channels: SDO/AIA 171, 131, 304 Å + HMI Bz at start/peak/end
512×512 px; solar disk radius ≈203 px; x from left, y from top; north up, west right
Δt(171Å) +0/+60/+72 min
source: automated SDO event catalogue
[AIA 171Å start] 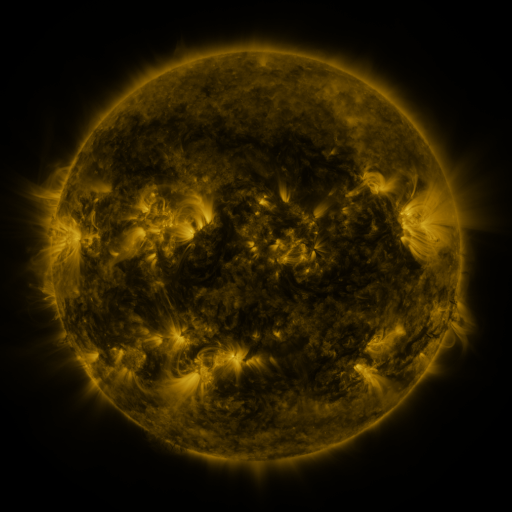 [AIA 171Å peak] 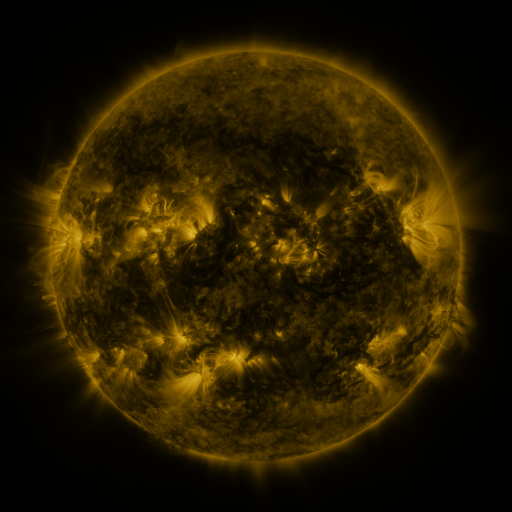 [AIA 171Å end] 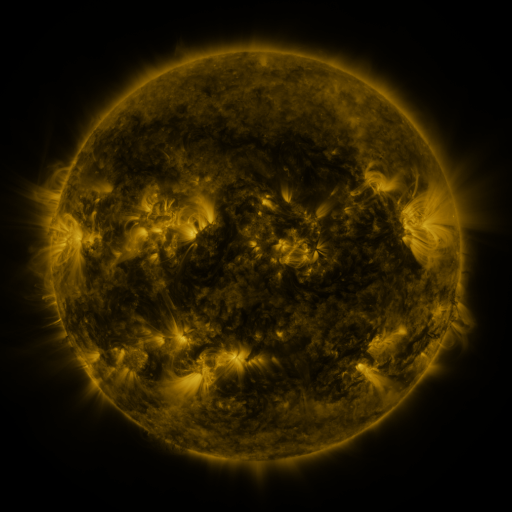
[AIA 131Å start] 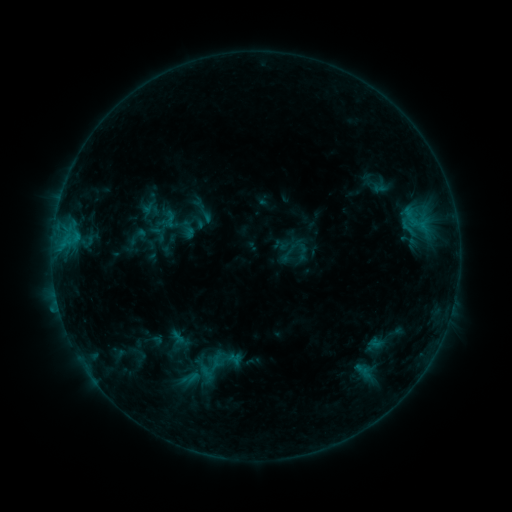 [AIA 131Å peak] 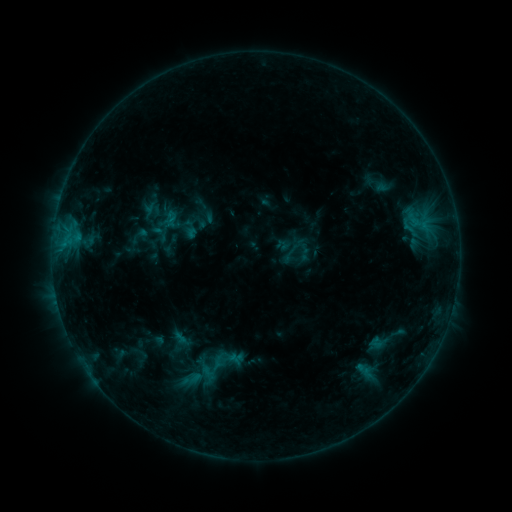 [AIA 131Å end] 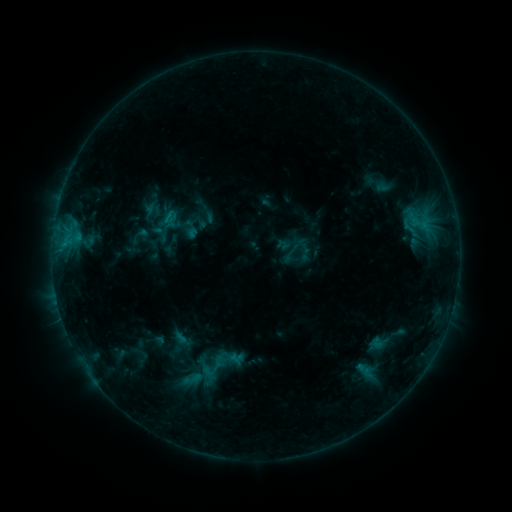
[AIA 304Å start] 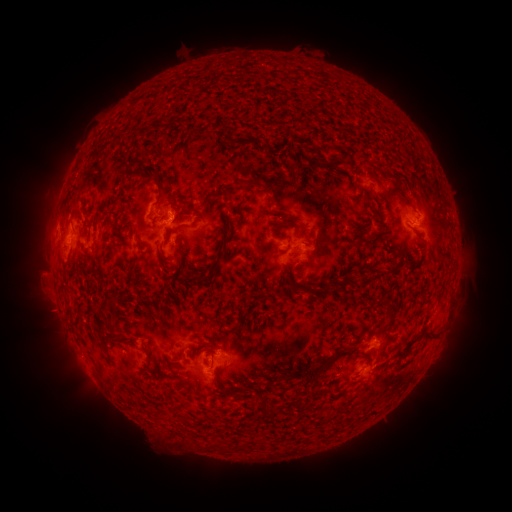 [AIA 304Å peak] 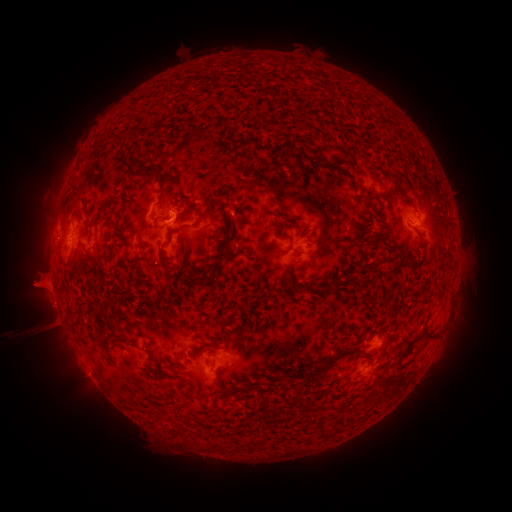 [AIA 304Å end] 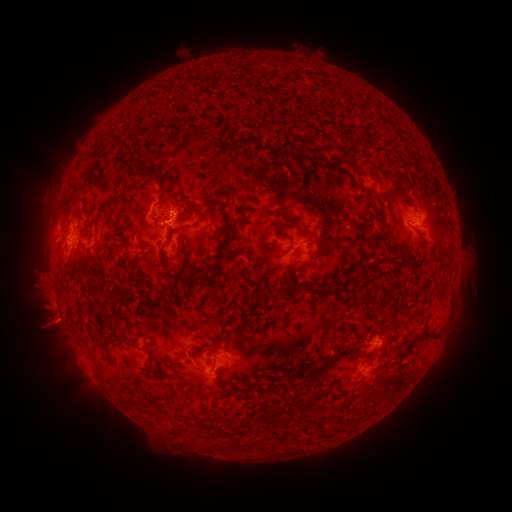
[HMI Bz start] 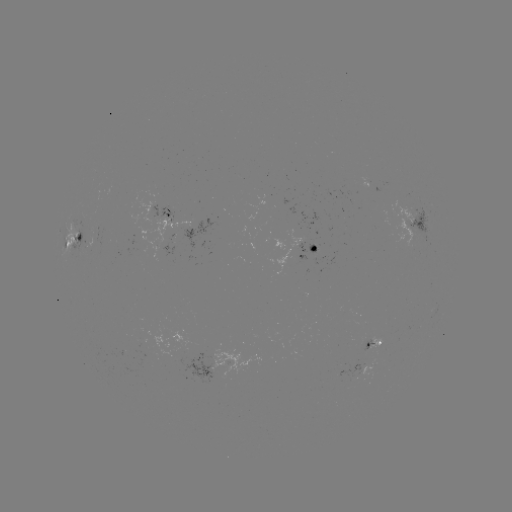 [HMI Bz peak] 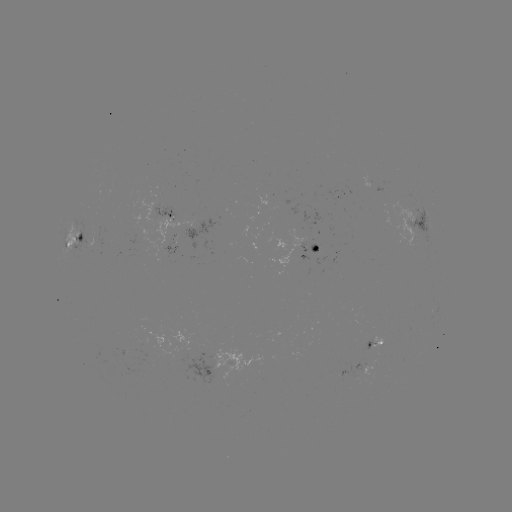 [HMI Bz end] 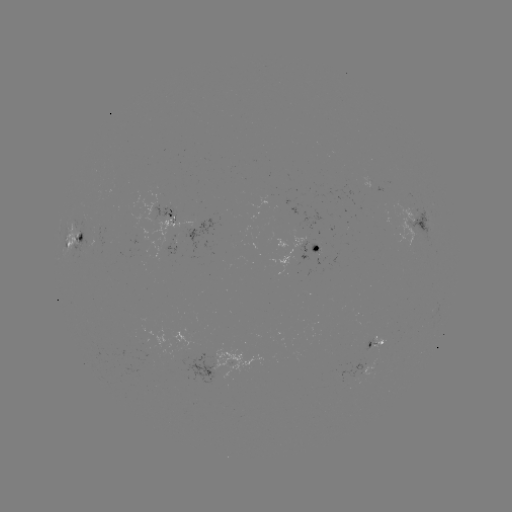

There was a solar emerging-flux region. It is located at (299, 259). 